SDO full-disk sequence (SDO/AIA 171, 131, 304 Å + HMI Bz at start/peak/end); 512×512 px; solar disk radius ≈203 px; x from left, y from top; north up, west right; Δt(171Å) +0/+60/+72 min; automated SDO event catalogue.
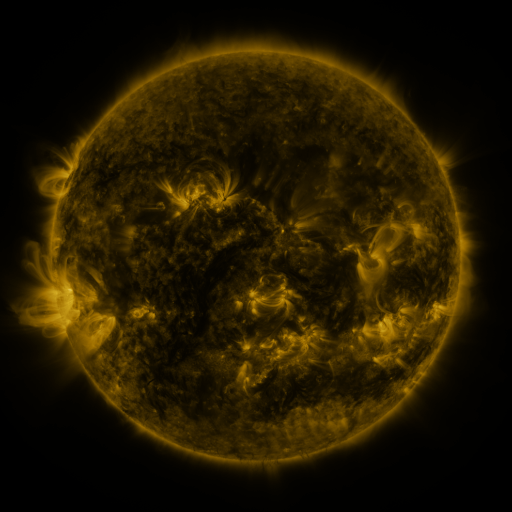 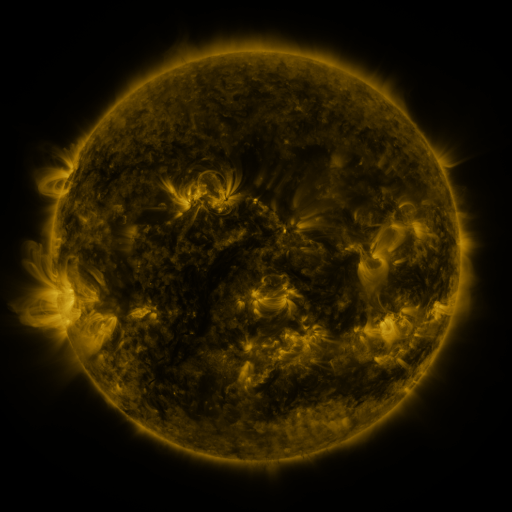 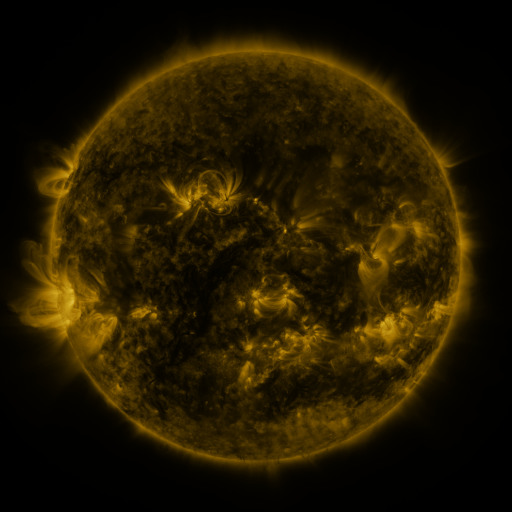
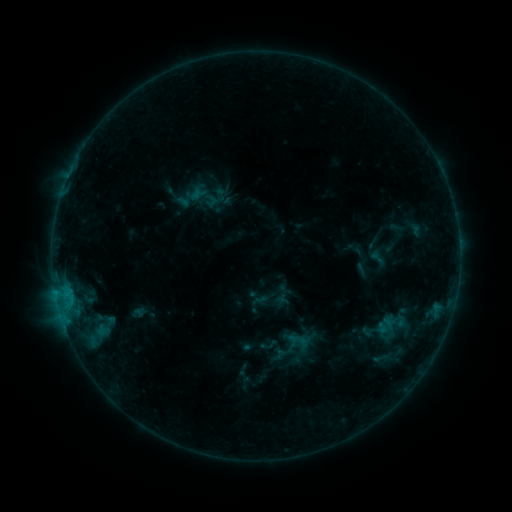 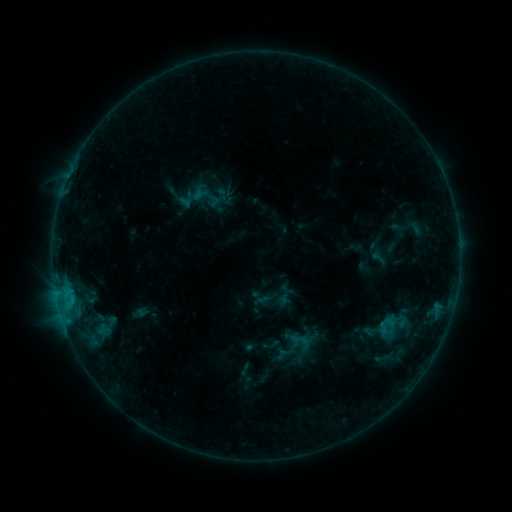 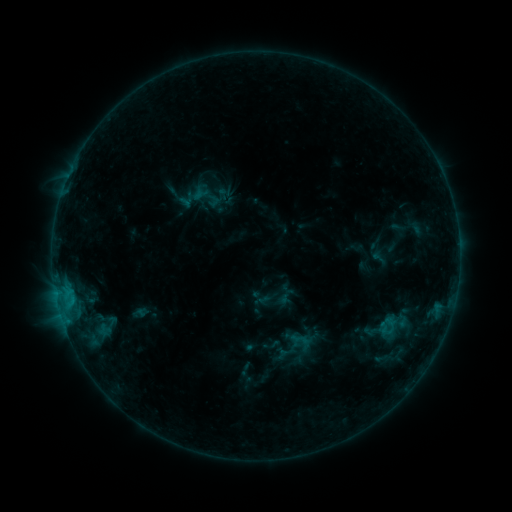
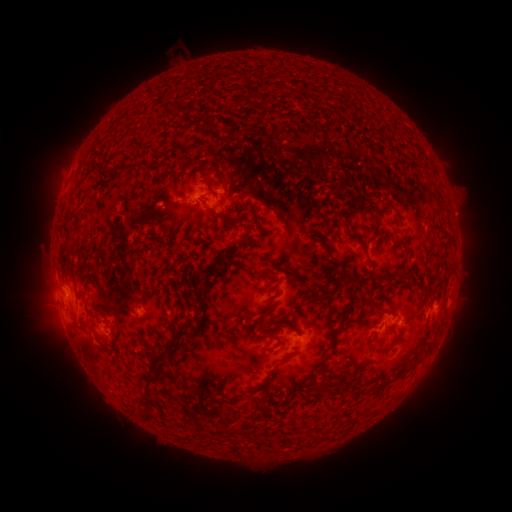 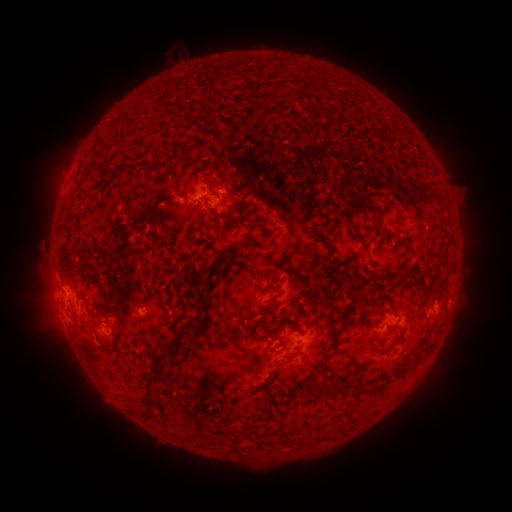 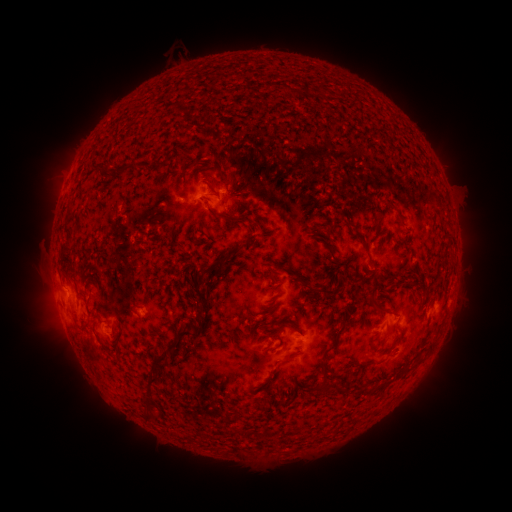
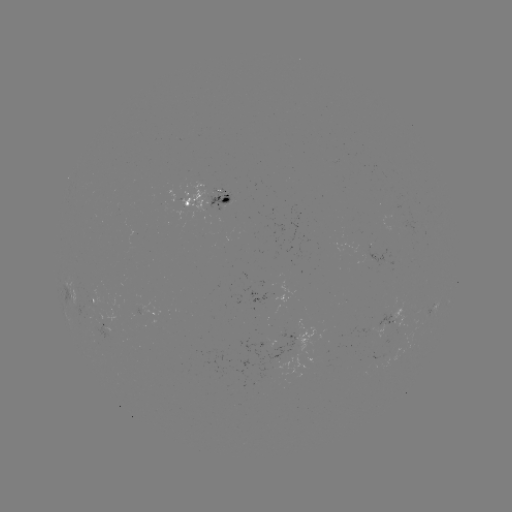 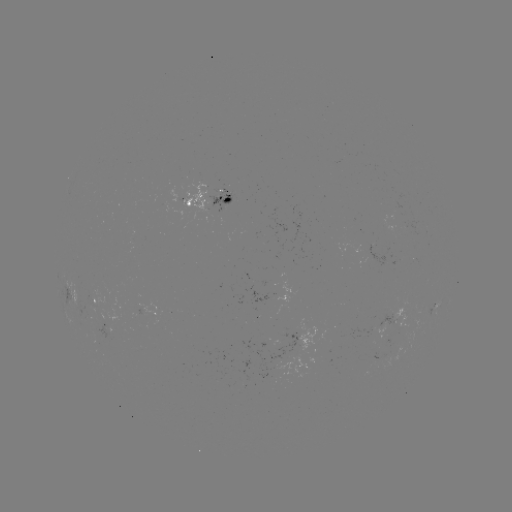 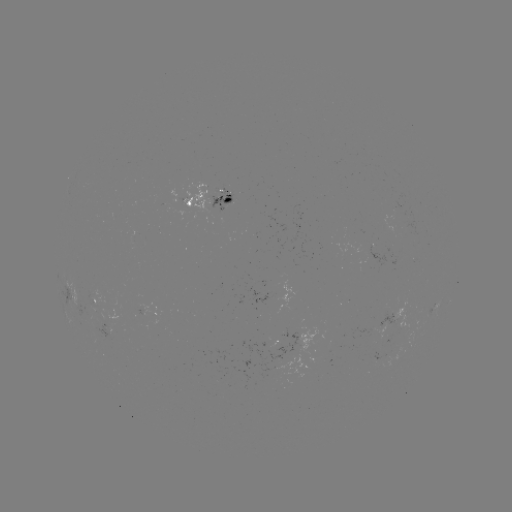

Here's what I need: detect emerging-flux region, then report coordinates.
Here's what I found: emerging-flux region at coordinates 188,197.